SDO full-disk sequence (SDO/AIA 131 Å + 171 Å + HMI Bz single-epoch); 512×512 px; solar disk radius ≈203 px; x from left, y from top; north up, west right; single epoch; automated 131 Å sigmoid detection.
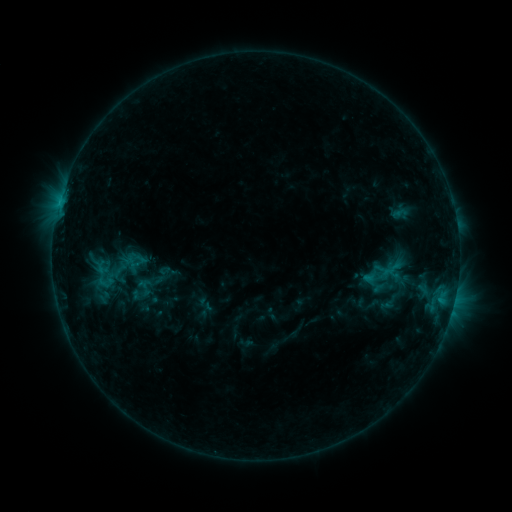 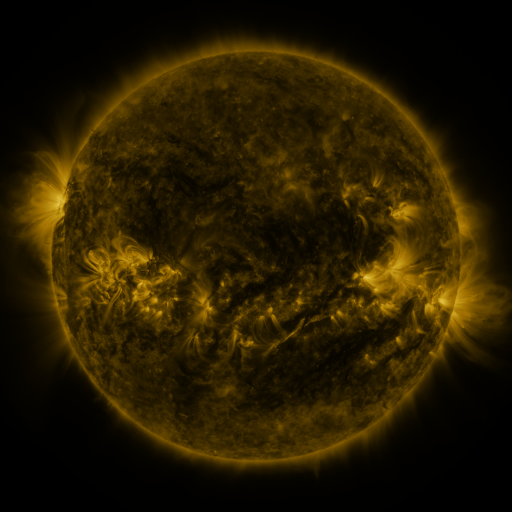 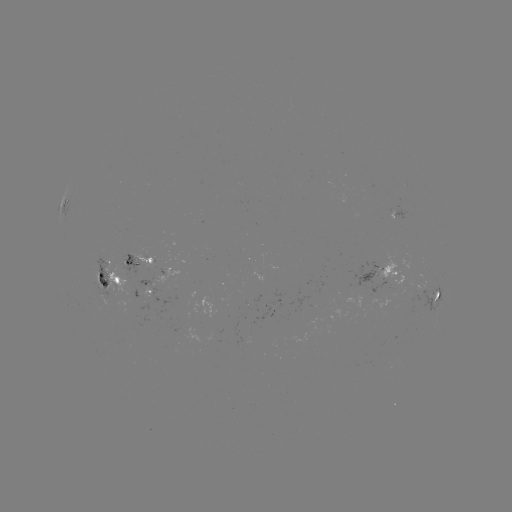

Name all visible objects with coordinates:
sigmoid: <bbox>132, 277, 158, 297</bbox>
